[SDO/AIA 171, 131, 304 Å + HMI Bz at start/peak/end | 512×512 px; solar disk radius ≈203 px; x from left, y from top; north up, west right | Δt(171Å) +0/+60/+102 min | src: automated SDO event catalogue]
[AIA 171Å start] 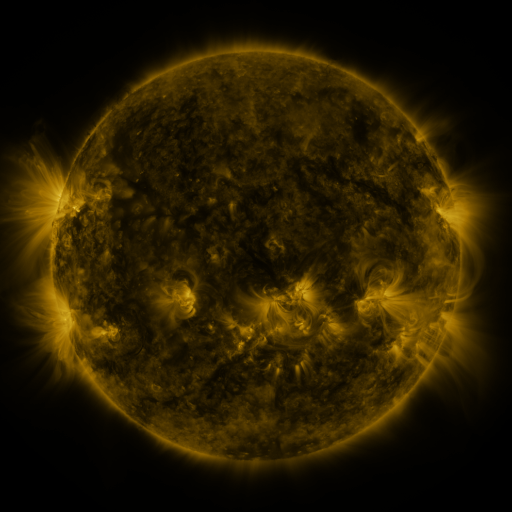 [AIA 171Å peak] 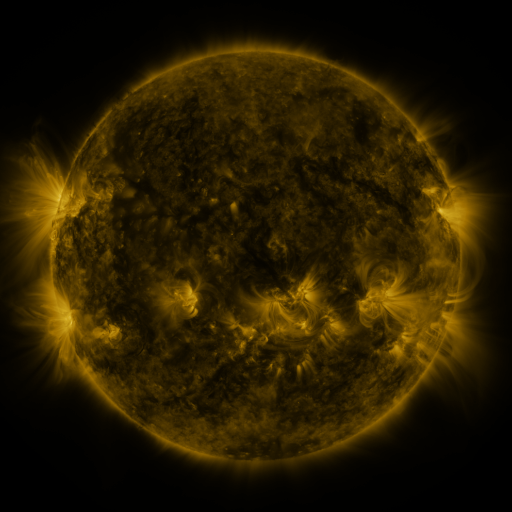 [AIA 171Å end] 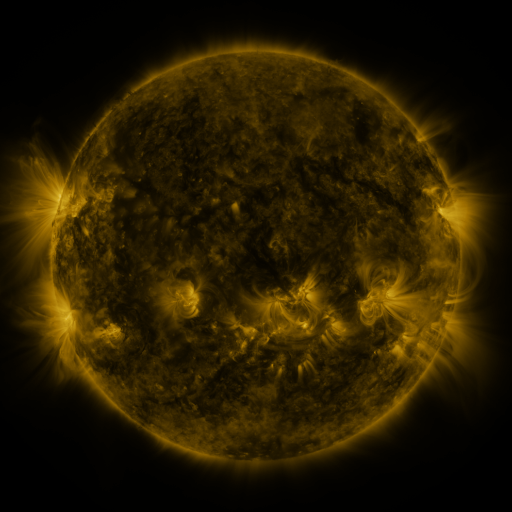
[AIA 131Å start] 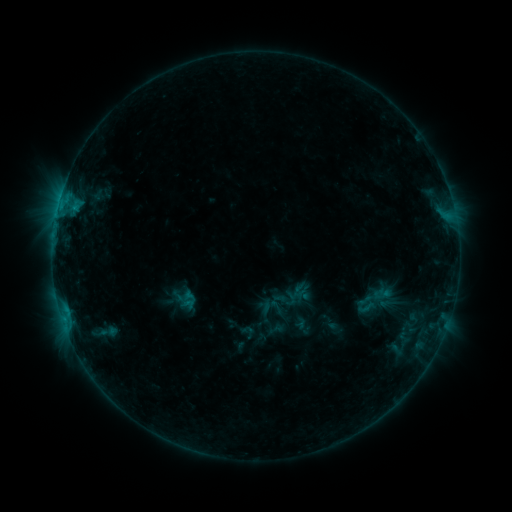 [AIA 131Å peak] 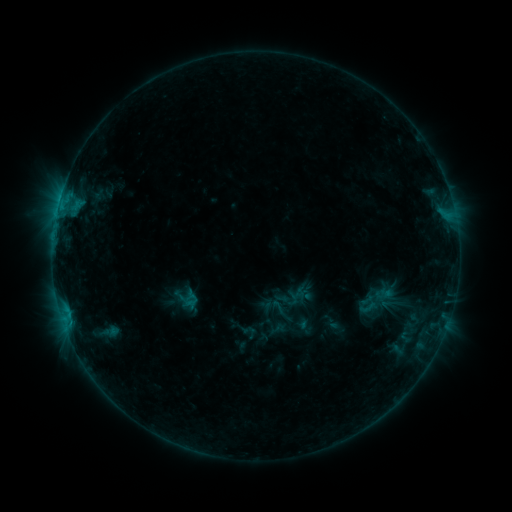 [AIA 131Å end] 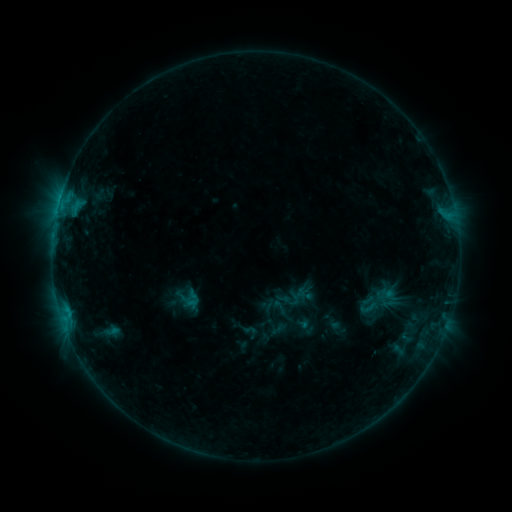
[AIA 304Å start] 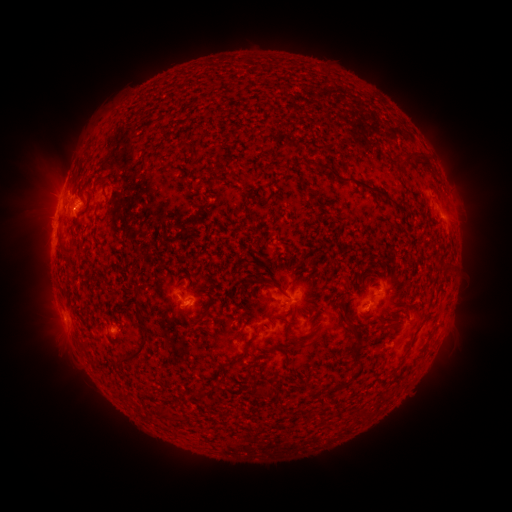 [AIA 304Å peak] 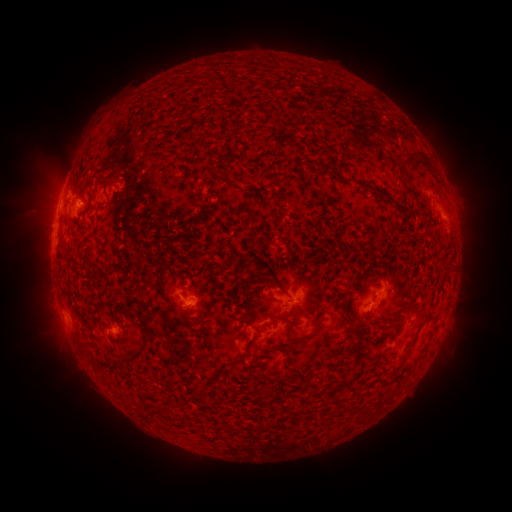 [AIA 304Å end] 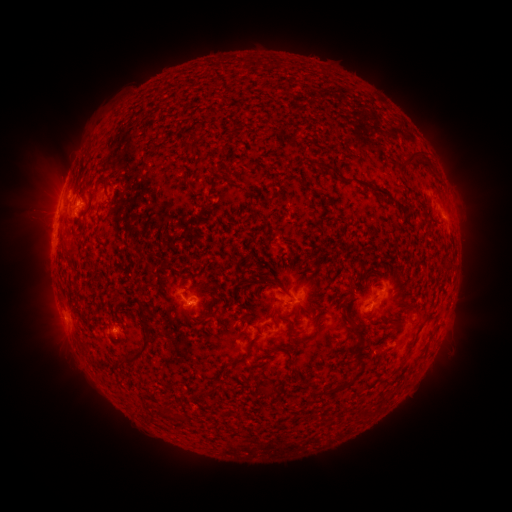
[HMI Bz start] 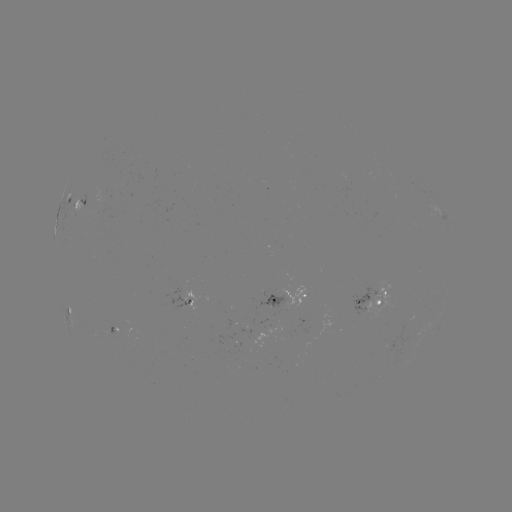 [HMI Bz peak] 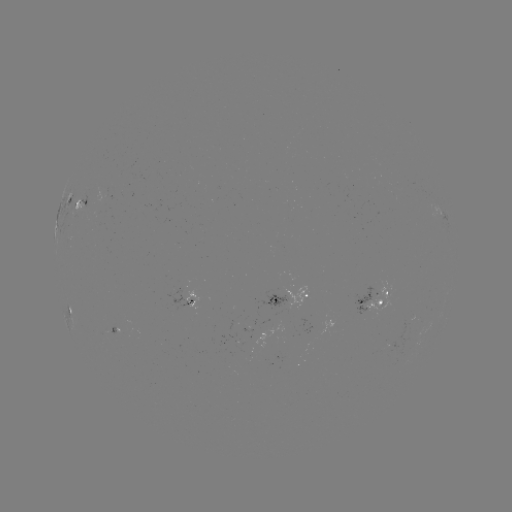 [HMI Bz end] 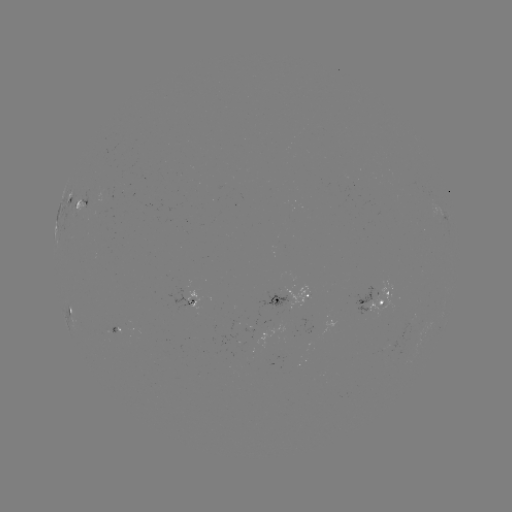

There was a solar emerging-flux region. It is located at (288, 292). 